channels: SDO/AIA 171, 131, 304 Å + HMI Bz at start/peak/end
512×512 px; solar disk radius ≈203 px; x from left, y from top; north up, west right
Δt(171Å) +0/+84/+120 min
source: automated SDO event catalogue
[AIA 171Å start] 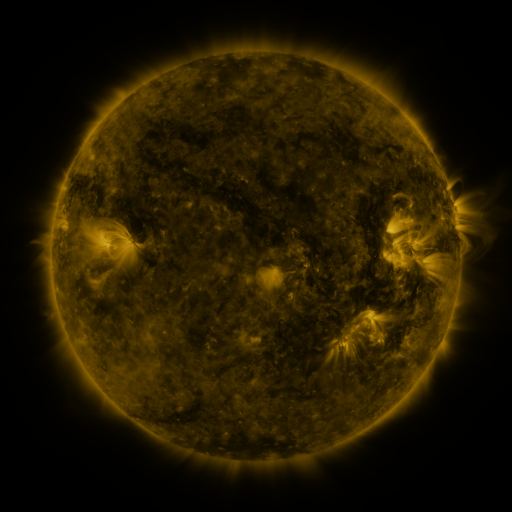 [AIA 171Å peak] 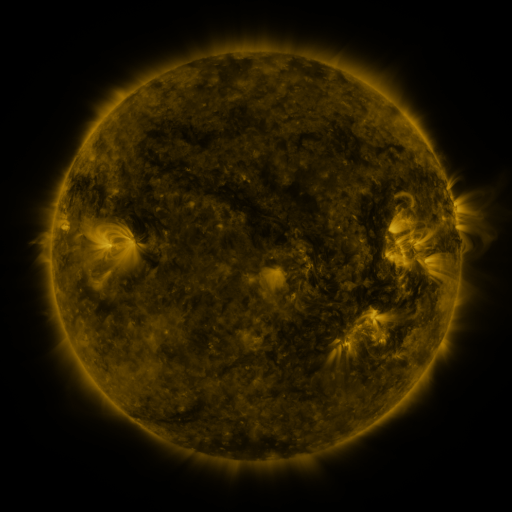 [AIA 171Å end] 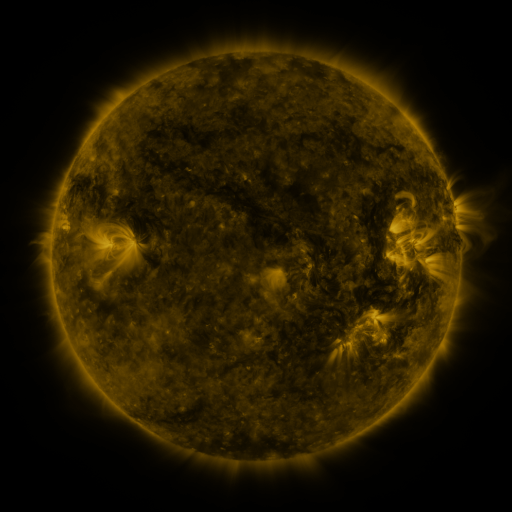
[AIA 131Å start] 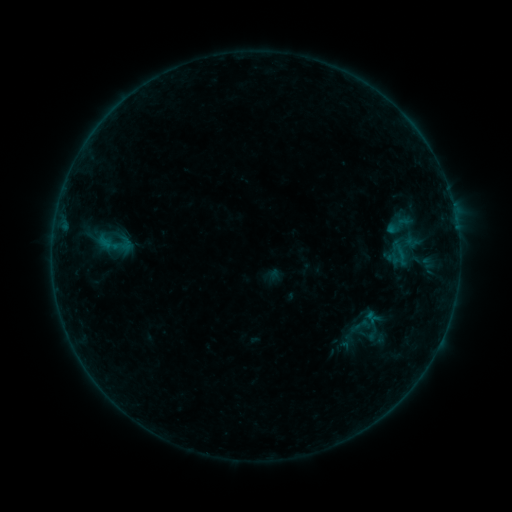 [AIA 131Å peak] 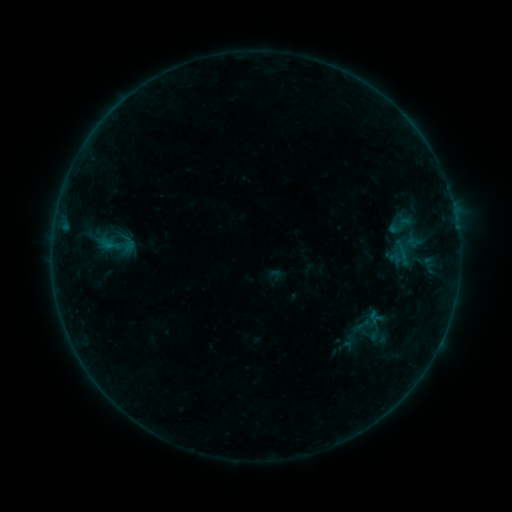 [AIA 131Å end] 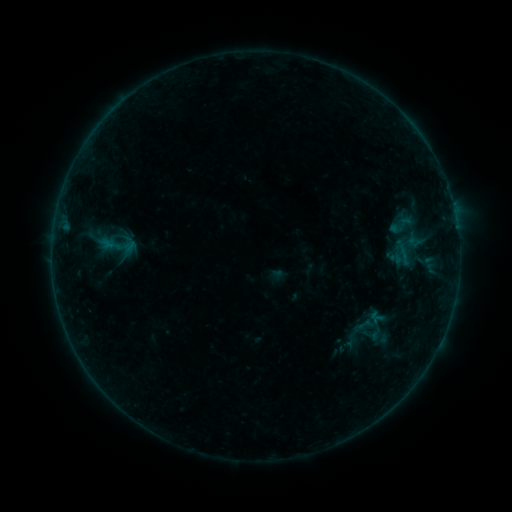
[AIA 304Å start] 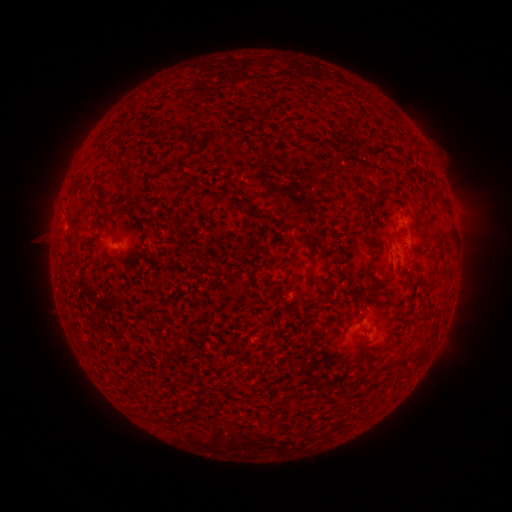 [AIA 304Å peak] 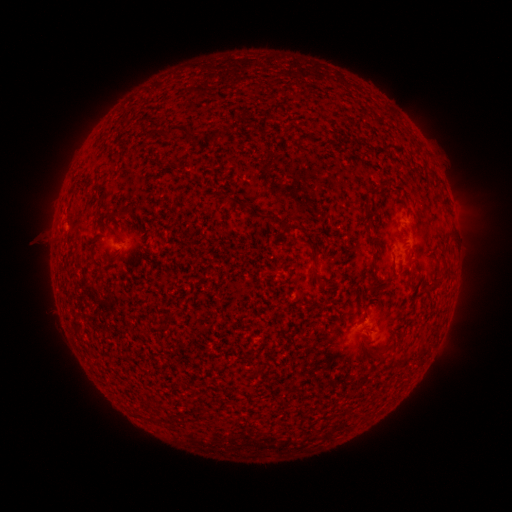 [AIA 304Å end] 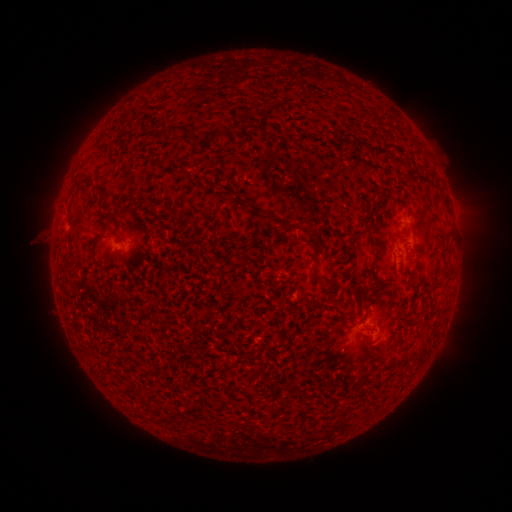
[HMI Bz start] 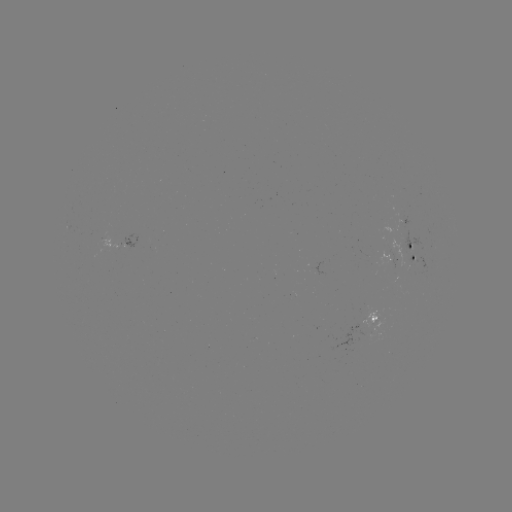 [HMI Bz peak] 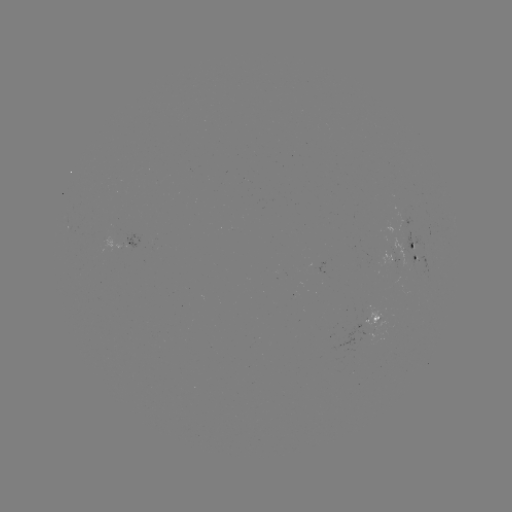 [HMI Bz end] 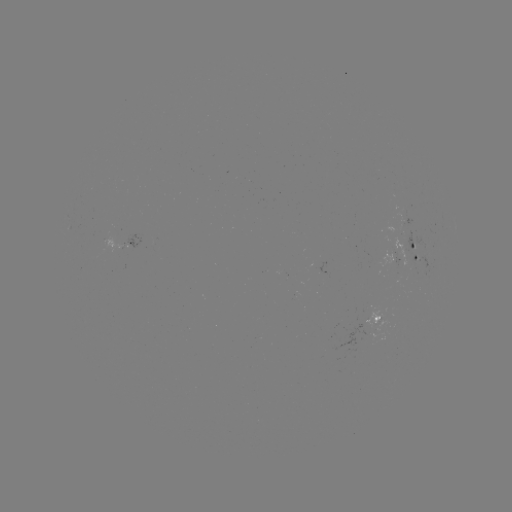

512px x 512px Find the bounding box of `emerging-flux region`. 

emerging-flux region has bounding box [407, 254, 428, 278].